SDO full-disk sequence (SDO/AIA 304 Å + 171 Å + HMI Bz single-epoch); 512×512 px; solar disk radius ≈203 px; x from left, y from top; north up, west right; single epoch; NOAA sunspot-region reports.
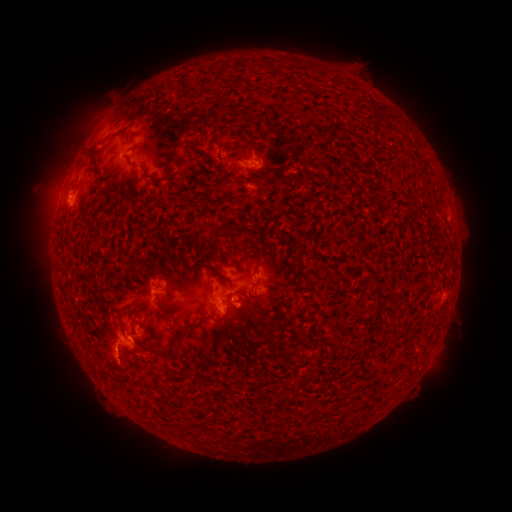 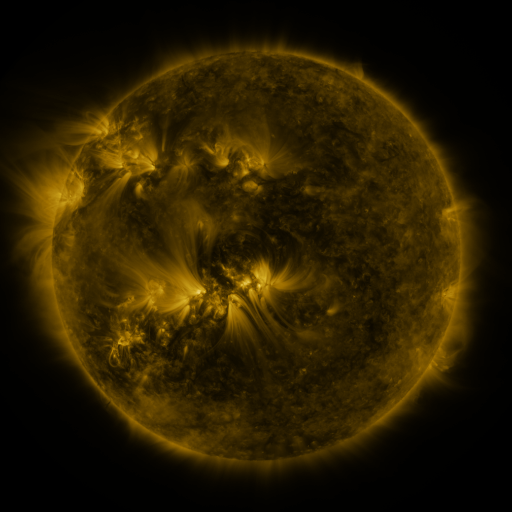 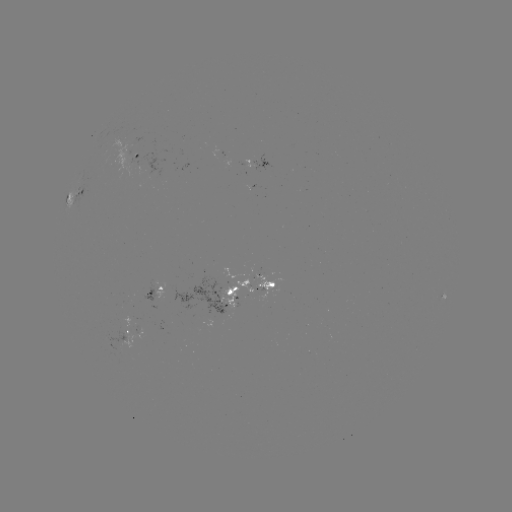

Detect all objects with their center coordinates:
spotted active region: (136, 156)
spotted active region: (262, 167)
spotted active region: (252, 186)
spotted active region: (82, 192)
spotted active region: (449, 217)
spotted active region: (249, 285)
spotted active region: (151, 288)
spotted active region: (126, 329)
